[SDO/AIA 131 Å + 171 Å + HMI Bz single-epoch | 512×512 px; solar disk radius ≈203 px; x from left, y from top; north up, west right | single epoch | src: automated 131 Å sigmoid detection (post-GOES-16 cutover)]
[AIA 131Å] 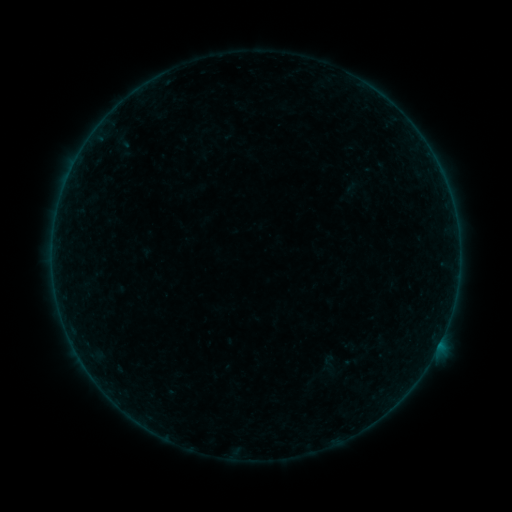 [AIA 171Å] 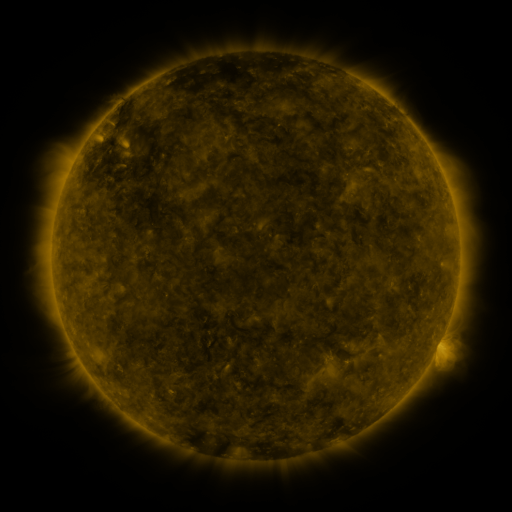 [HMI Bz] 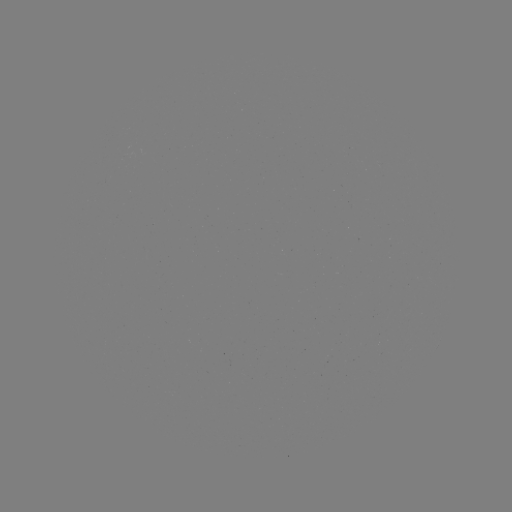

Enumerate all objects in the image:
sigmoid: <bbox>322, 354, 335, 367</bbox>
